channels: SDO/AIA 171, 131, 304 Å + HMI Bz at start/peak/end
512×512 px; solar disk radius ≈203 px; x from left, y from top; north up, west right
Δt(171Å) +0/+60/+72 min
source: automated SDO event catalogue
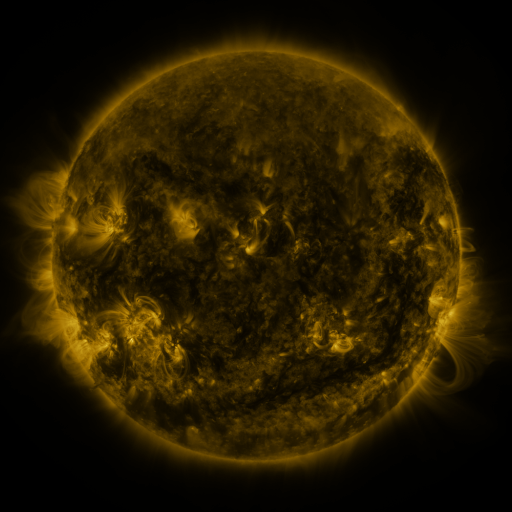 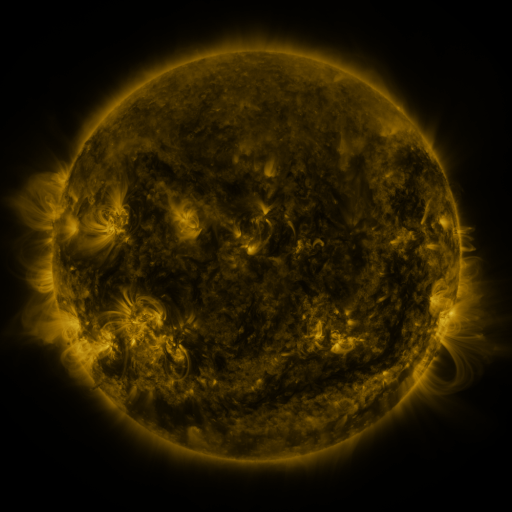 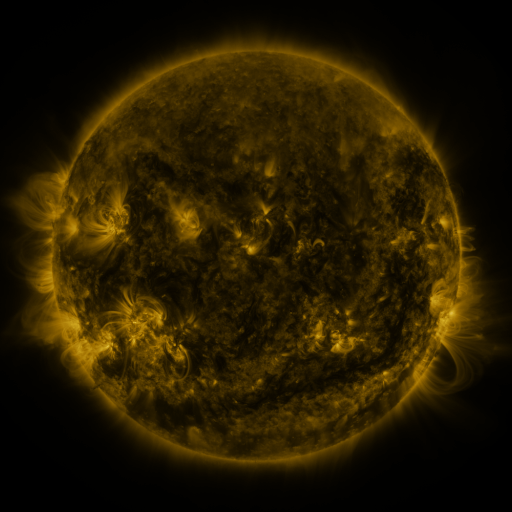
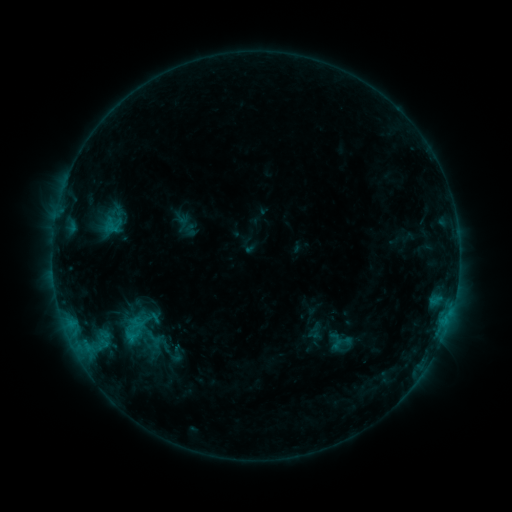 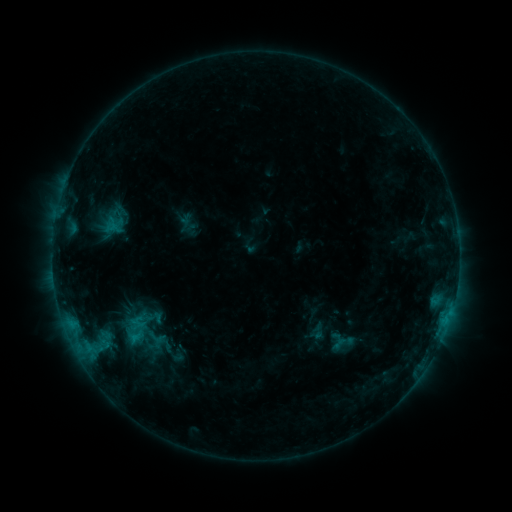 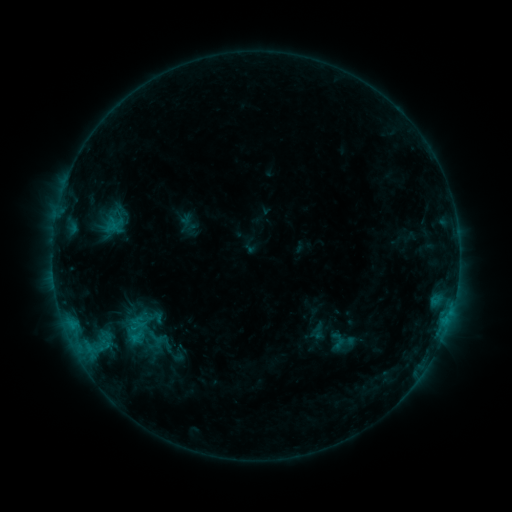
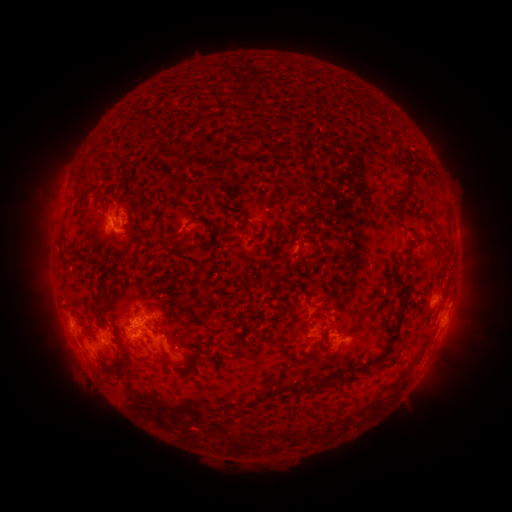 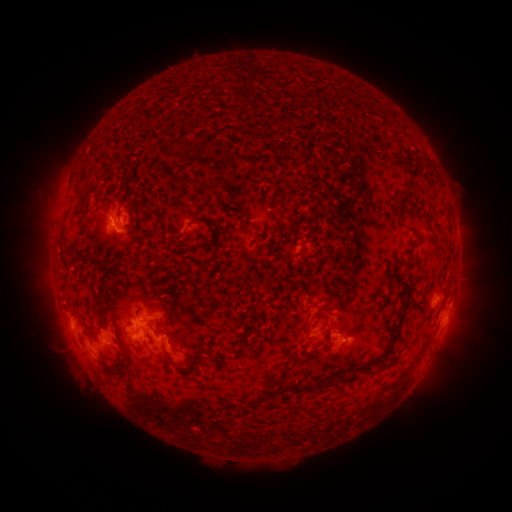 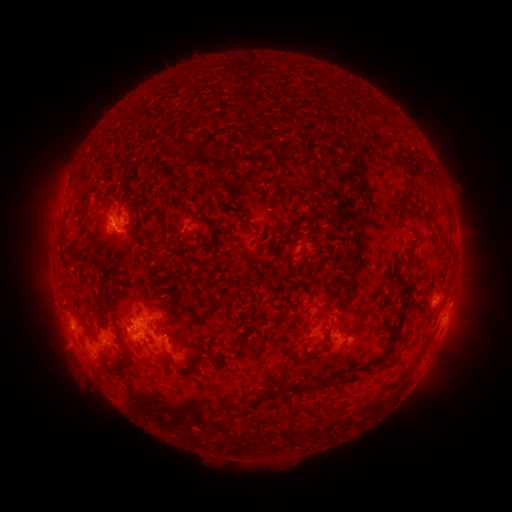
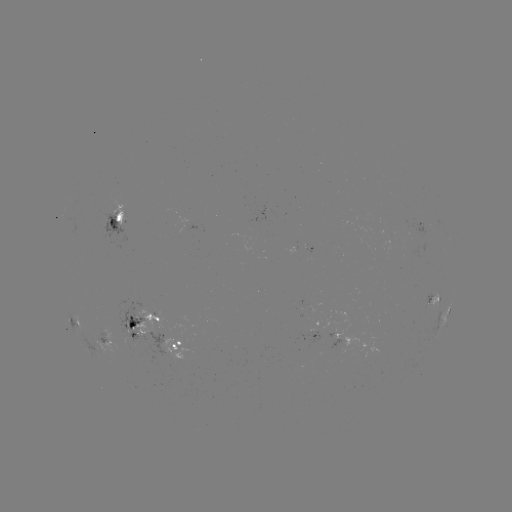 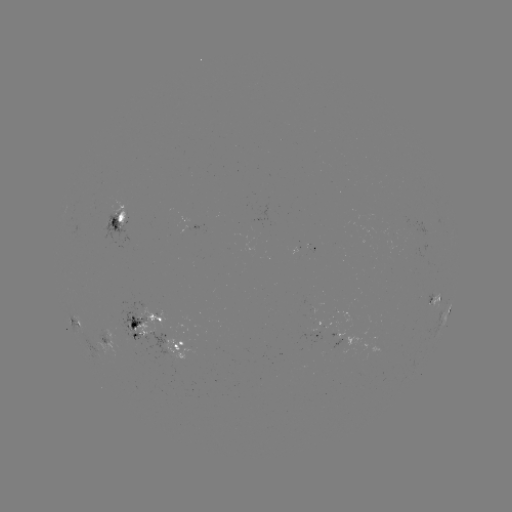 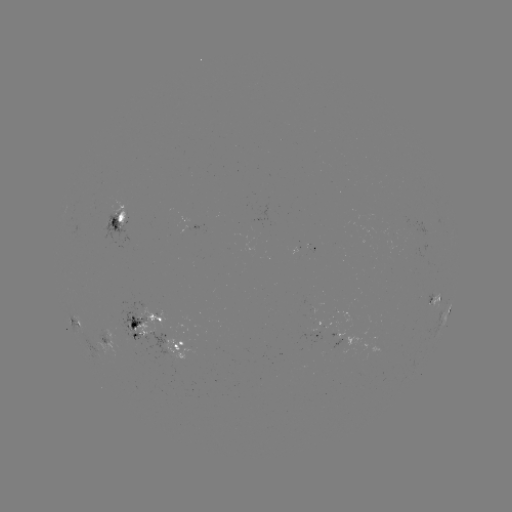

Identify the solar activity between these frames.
emerging-flux region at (124, 219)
